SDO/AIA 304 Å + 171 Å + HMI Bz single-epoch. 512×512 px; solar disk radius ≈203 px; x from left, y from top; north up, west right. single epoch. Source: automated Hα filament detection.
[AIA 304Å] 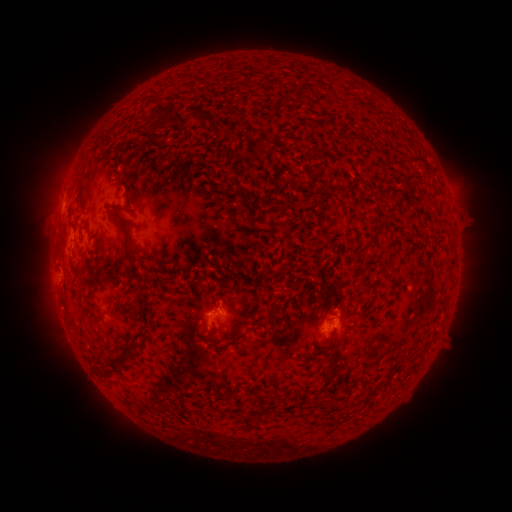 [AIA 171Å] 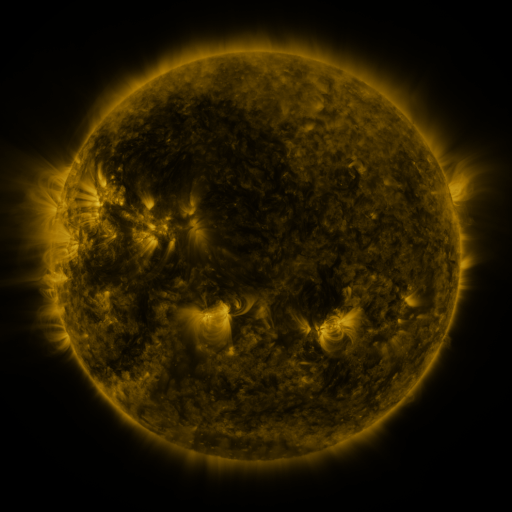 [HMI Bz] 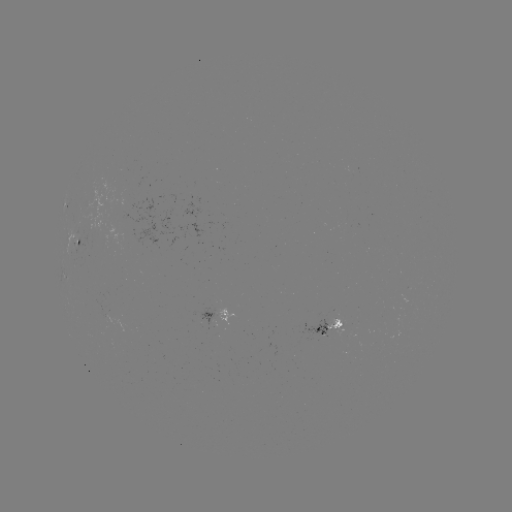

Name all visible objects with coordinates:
filament: (205, 120)
filament: (161, 125)
filament: (422, 159)
filament: (212, 162)
filament: (368, 167)
filament: (224, 178)
filament: (187, 182)
filament: (340, 185)
filament: (241, 191)
filament: (217, 195)
filament: (342, 206)
filament: (278, 225)
filament: (357, 232)
filament: (126, 240)
filament: (144, 259)
filament: (331, 297)
filament: (115, 303)
filament: (88, 316)
filament: (236, 338)
filament: (141, 344)
filament: (123, 364)
filament: (108, 374)
